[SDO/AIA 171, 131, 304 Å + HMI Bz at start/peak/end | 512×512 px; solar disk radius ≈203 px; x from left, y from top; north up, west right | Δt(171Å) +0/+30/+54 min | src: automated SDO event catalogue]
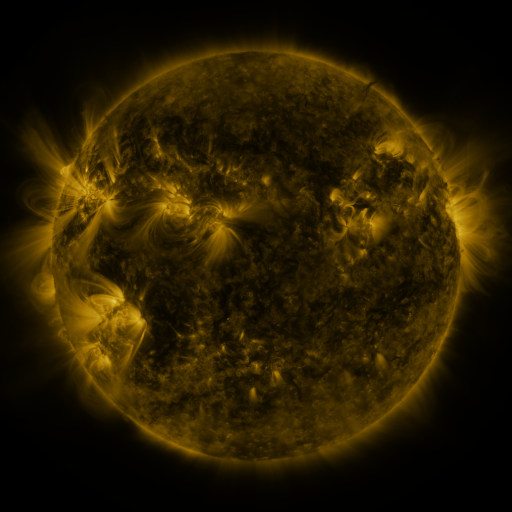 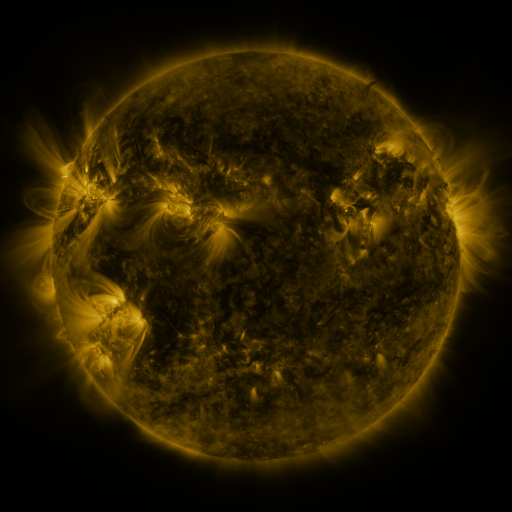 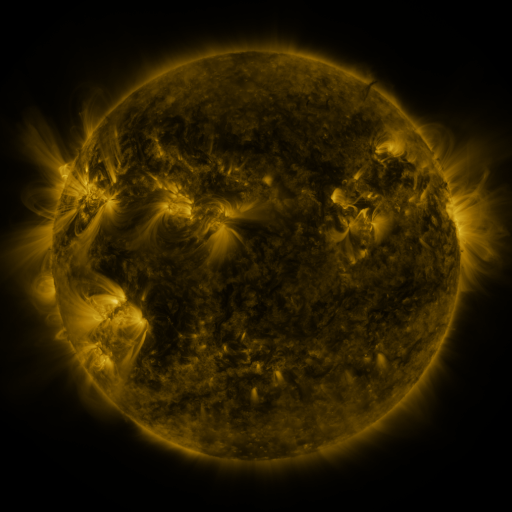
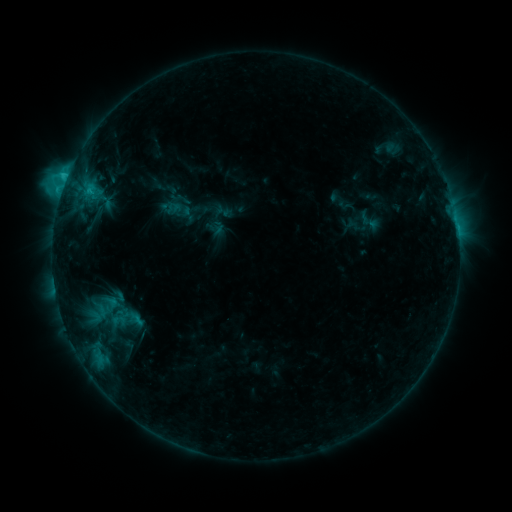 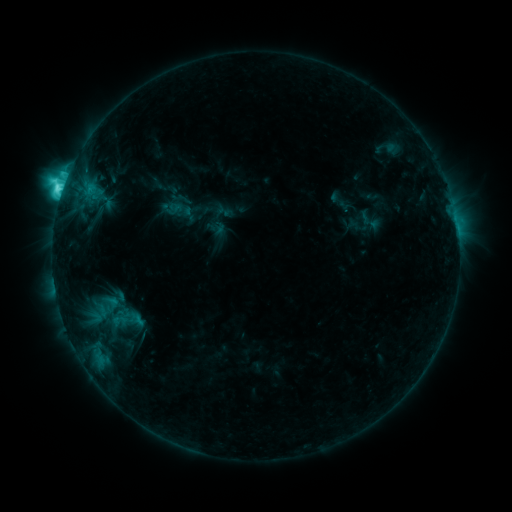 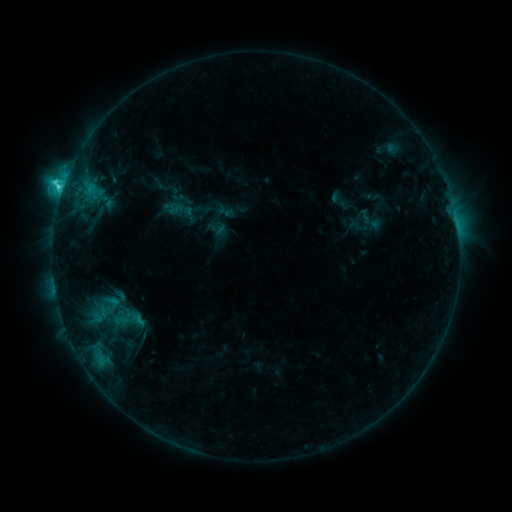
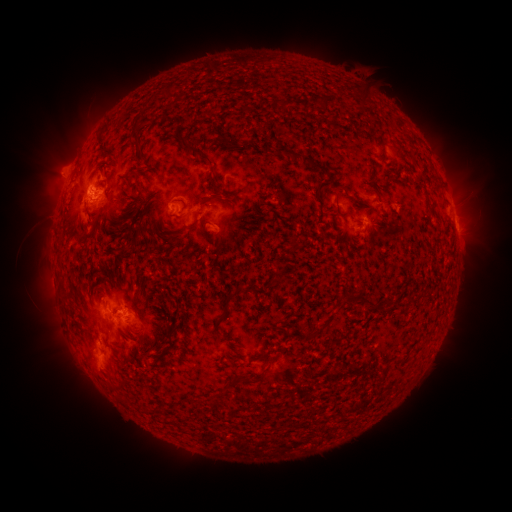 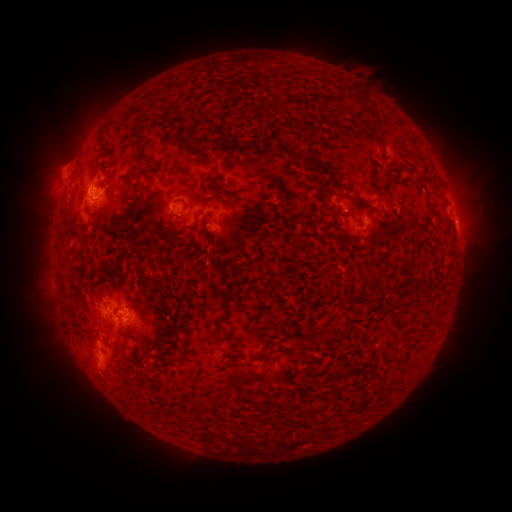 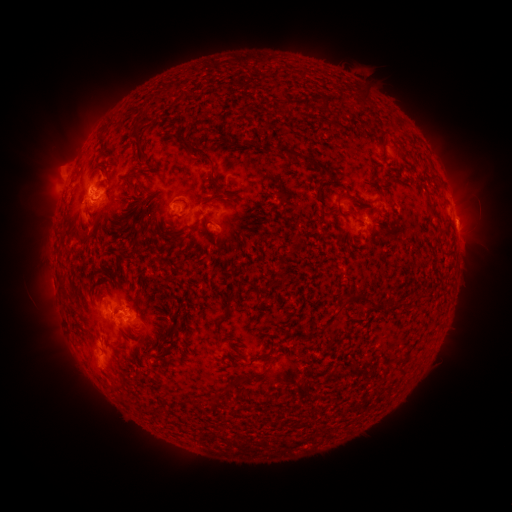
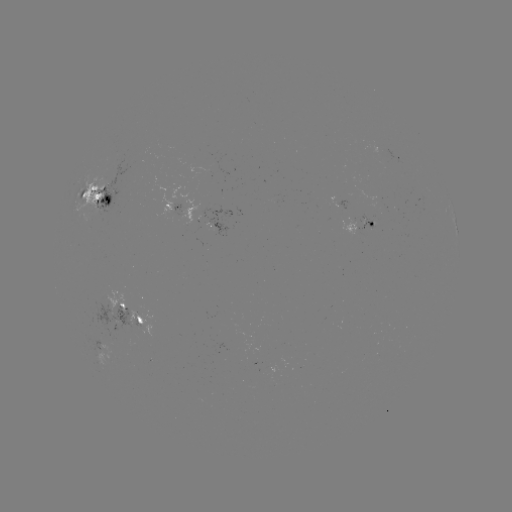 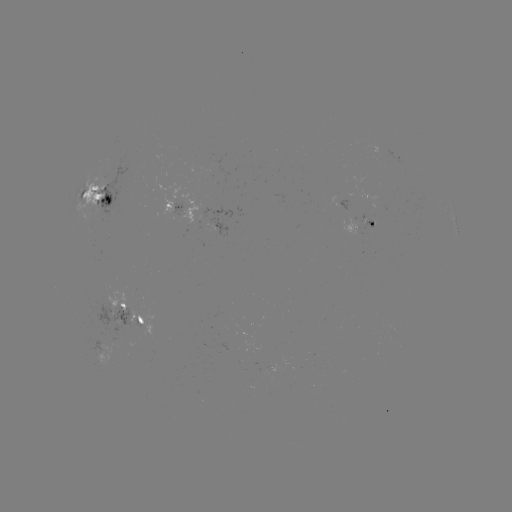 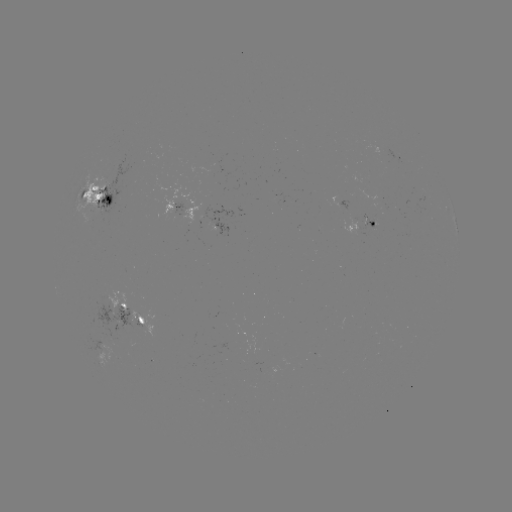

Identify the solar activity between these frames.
C8.6 flare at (62, 193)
